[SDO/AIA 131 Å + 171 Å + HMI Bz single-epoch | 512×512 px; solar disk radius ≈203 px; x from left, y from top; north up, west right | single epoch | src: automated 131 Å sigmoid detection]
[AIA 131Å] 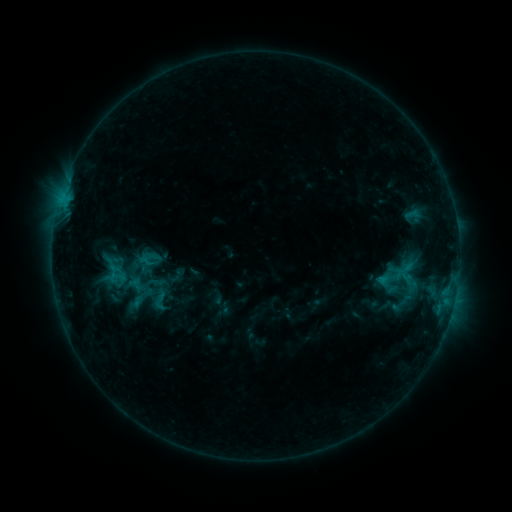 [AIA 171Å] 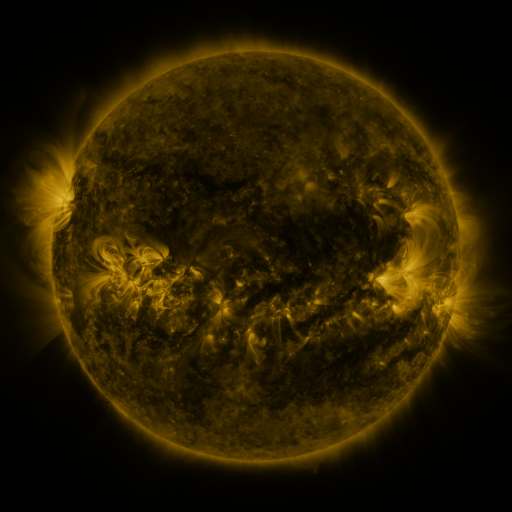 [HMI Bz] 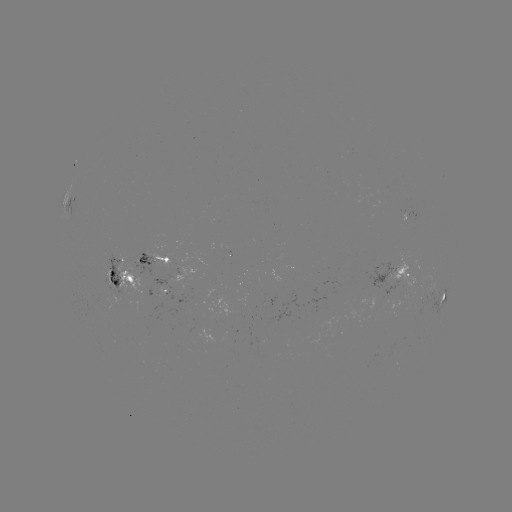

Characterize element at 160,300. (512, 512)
sigmoid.